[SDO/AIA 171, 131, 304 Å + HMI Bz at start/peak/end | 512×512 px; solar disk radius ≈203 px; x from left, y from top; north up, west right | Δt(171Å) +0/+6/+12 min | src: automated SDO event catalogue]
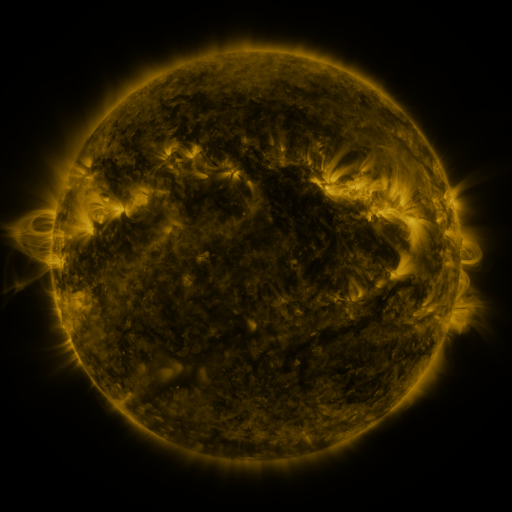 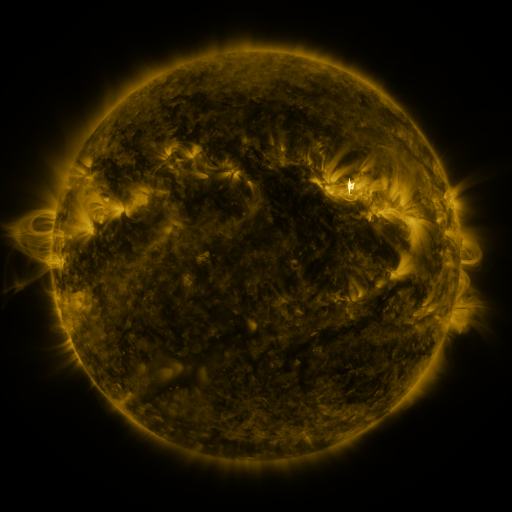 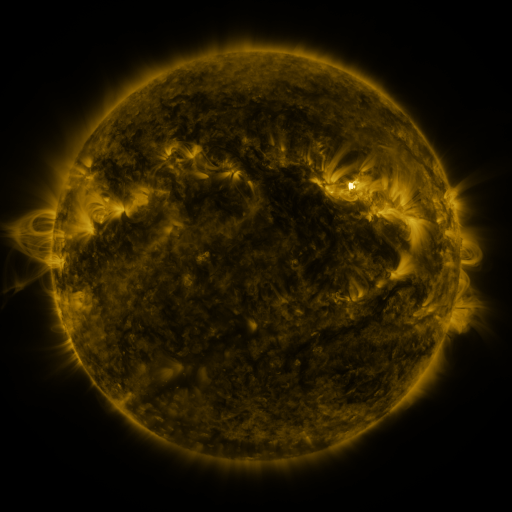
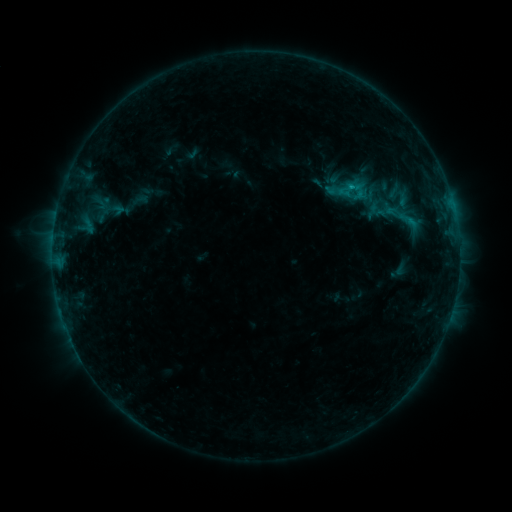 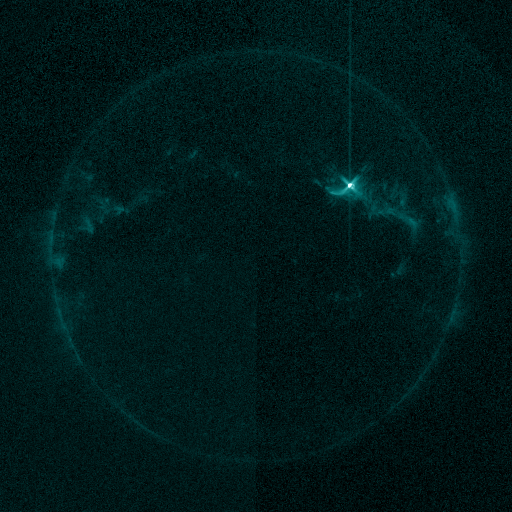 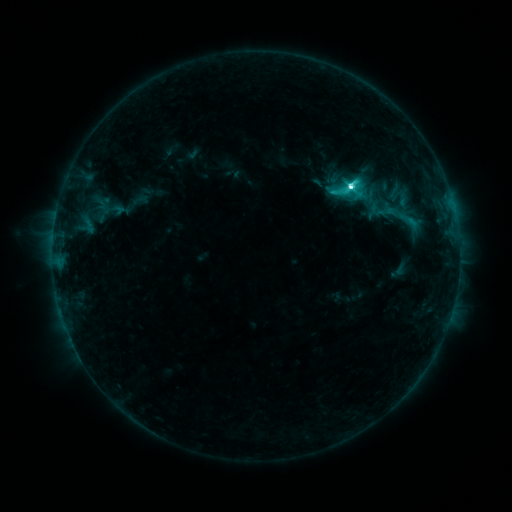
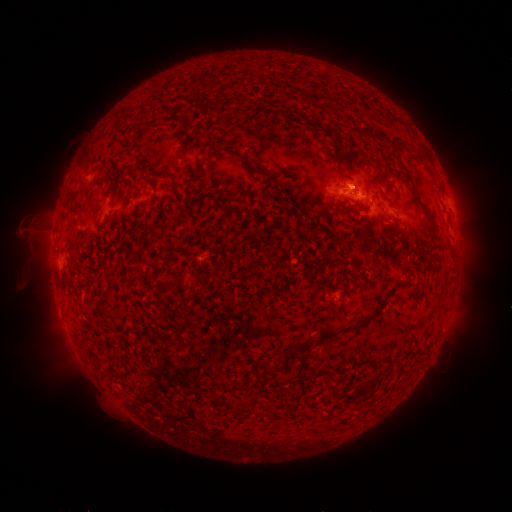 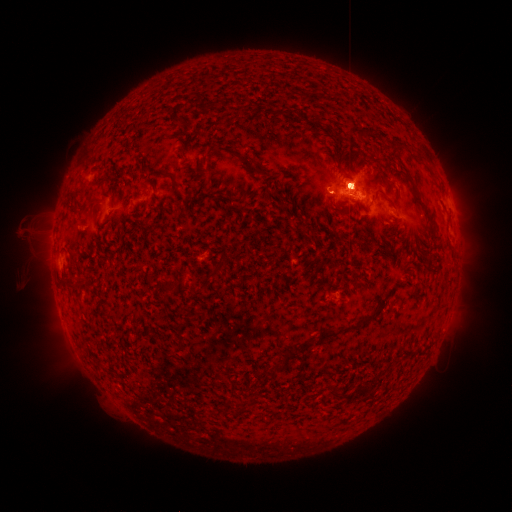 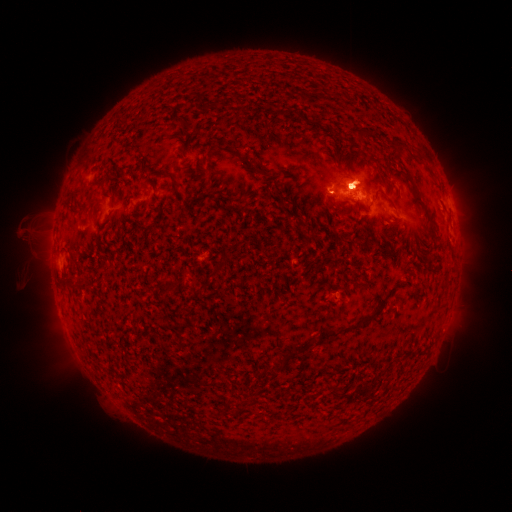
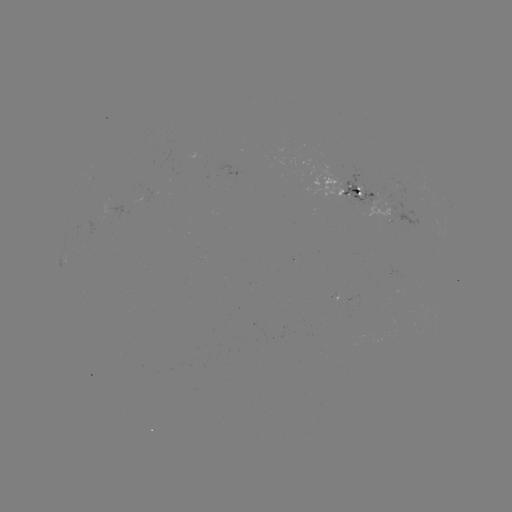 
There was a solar eruption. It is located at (354, 181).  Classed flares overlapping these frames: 1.